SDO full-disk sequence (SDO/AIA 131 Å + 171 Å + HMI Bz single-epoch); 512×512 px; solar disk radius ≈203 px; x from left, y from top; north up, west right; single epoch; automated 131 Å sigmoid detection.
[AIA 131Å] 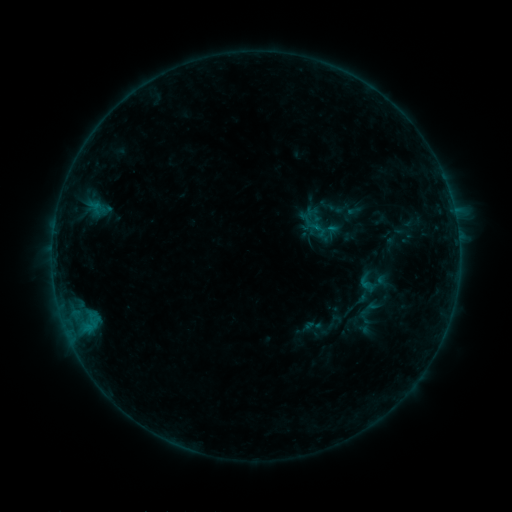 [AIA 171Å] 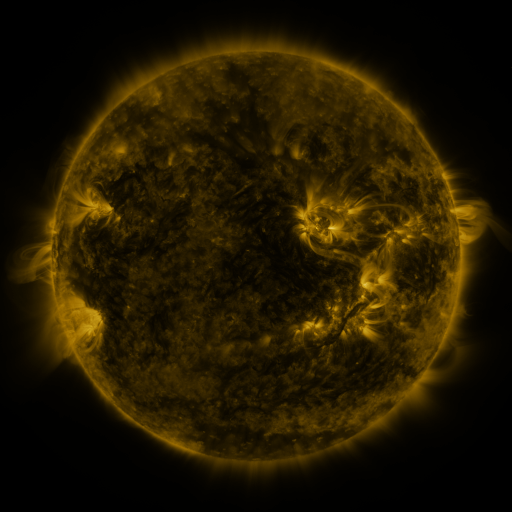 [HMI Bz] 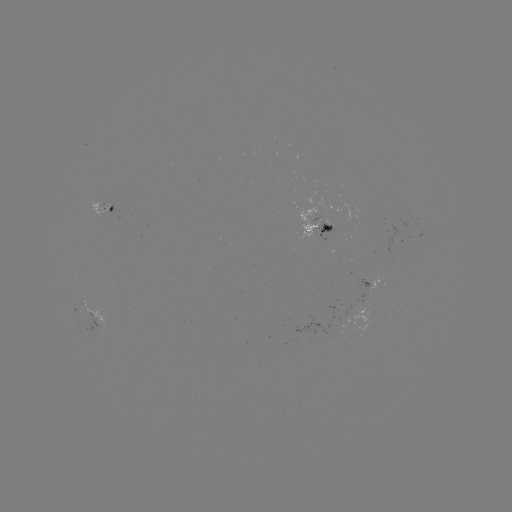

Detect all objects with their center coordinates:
sigmoid: [302, 214, 330, 242]
